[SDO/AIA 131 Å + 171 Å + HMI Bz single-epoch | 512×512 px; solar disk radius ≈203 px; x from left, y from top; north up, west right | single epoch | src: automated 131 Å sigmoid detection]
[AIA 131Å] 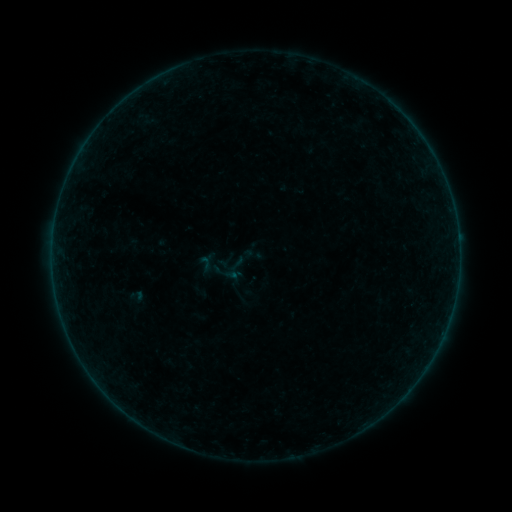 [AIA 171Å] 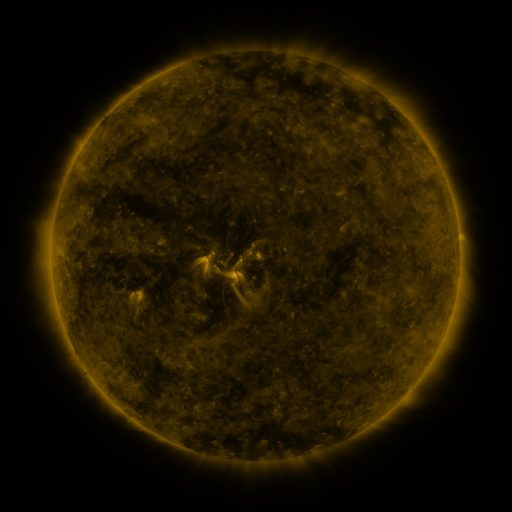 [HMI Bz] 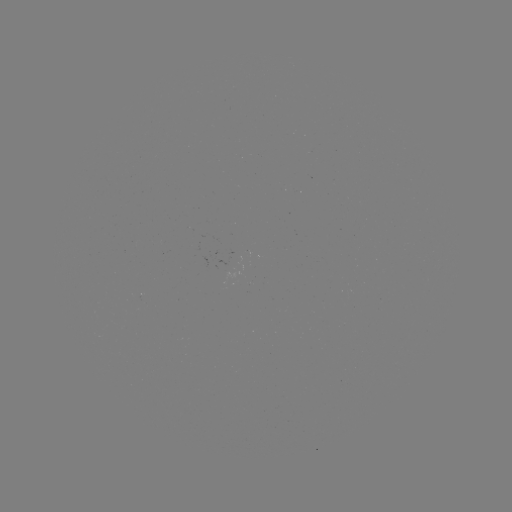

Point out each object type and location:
sigmoid: (254, 254)
sigmoid: (207, 264)
